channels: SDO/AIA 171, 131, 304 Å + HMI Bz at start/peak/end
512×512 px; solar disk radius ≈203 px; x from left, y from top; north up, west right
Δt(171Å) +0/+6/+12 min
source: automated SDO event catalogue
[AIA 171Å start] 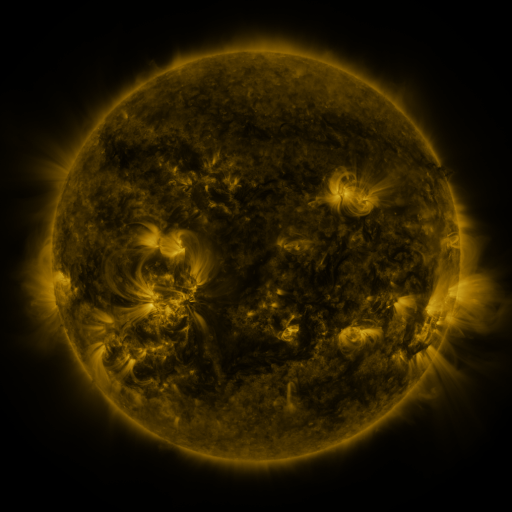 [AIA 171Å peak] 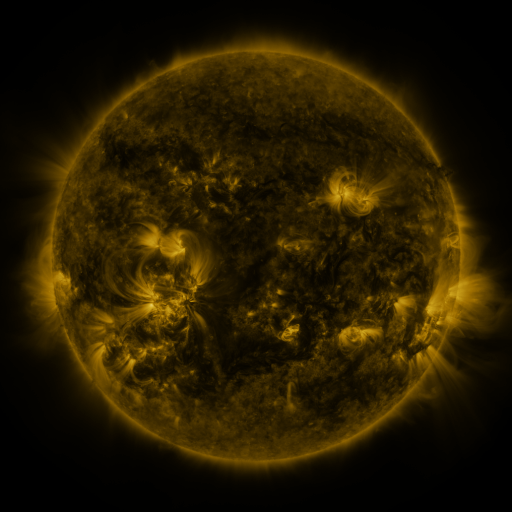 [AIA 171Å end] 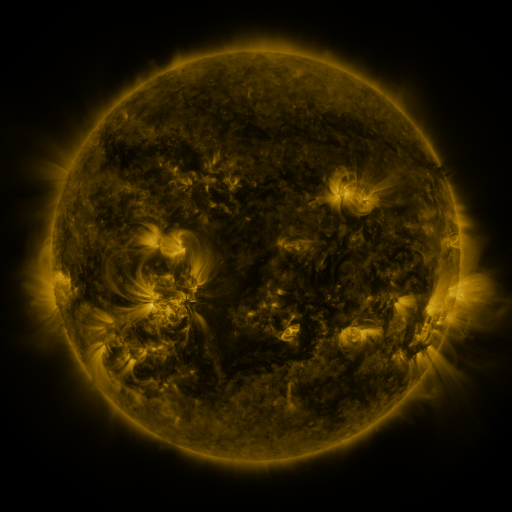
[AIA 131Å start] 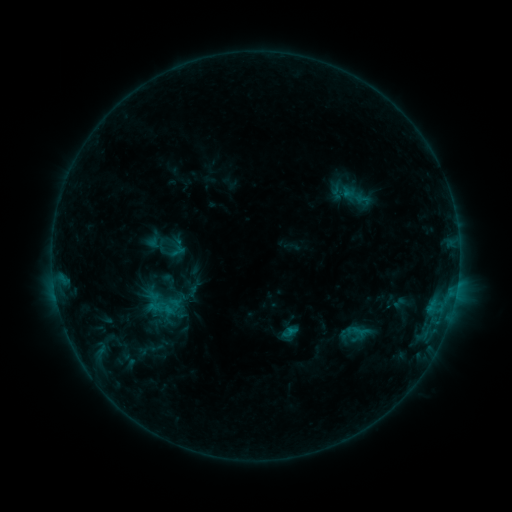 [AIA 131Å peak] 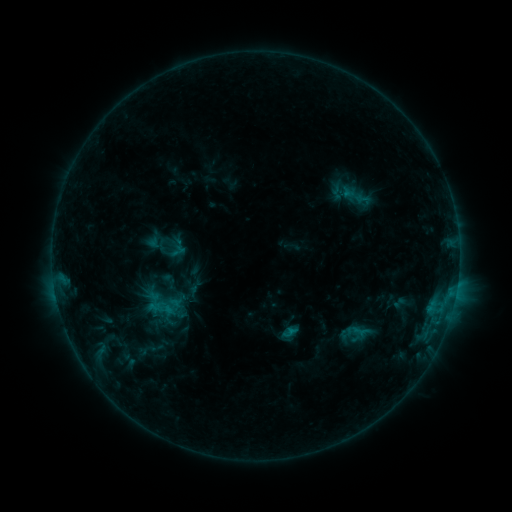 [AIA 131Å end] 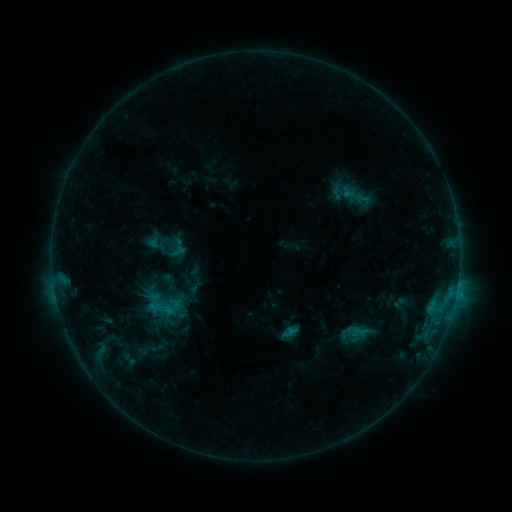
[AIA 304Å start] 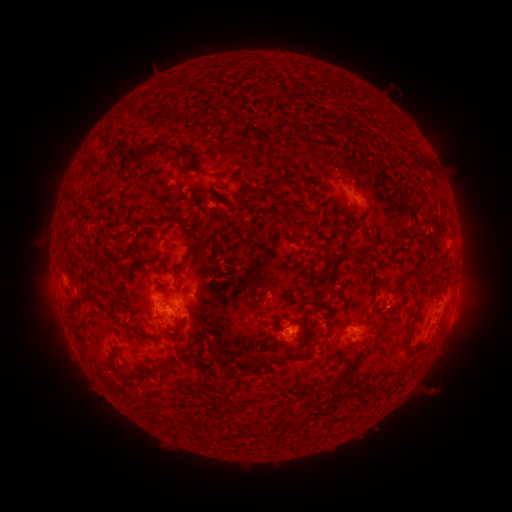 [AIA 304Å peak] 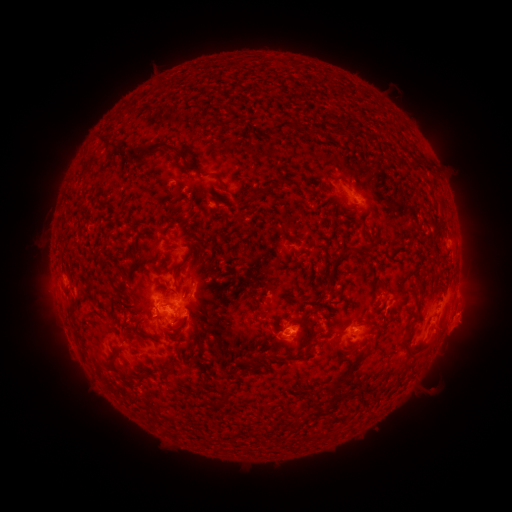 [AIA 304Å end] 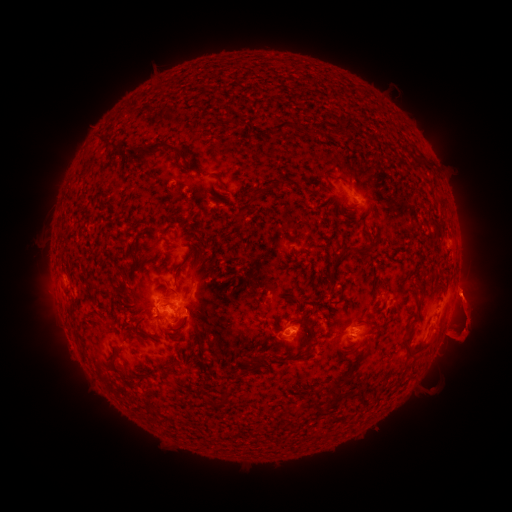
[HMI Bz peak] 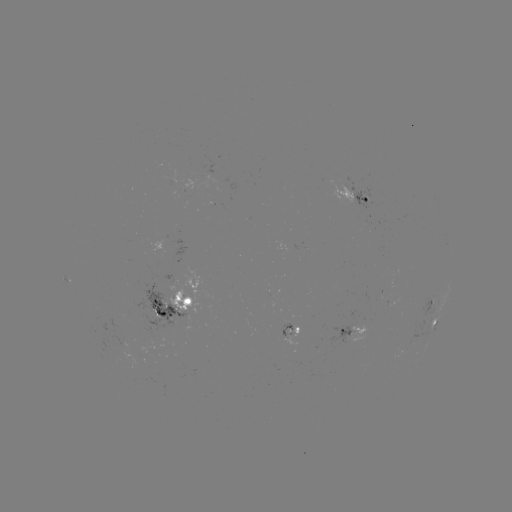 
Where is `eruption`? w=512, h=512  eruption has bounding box [433, 282, 498, 353].